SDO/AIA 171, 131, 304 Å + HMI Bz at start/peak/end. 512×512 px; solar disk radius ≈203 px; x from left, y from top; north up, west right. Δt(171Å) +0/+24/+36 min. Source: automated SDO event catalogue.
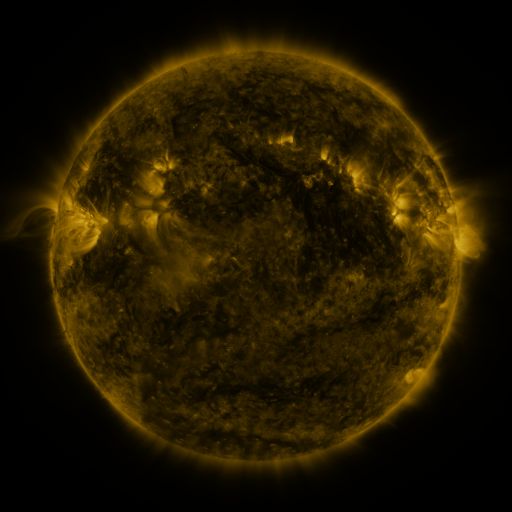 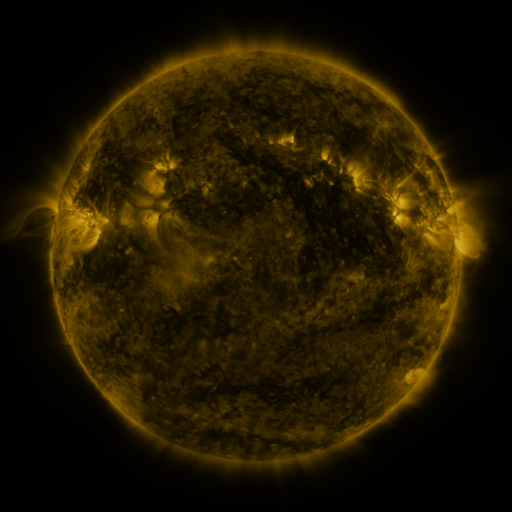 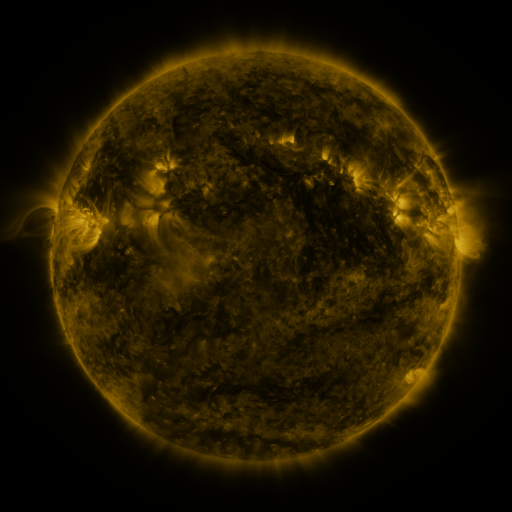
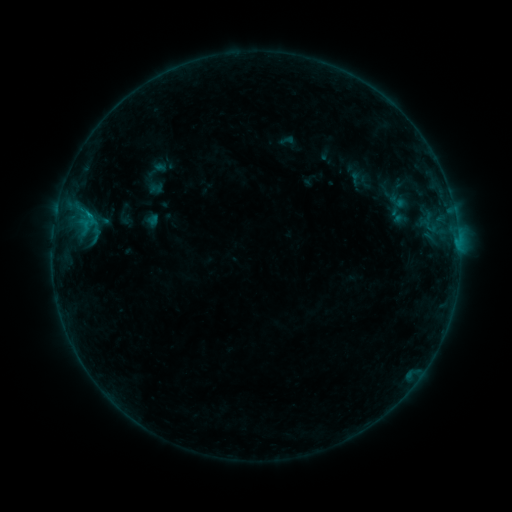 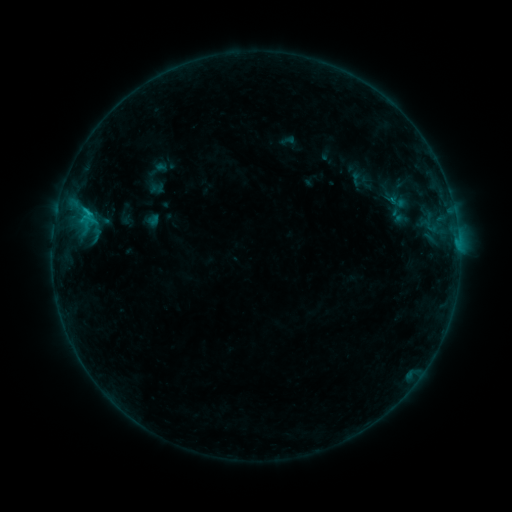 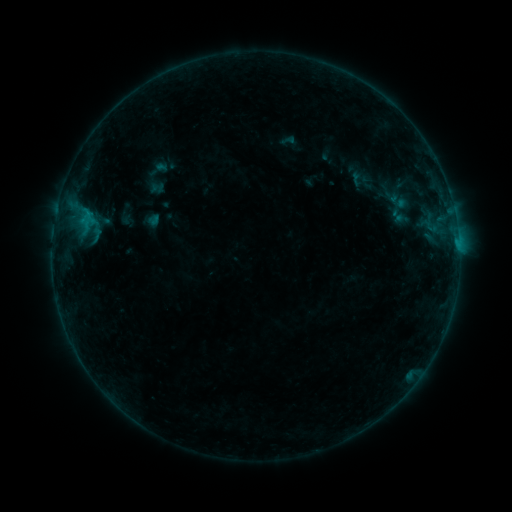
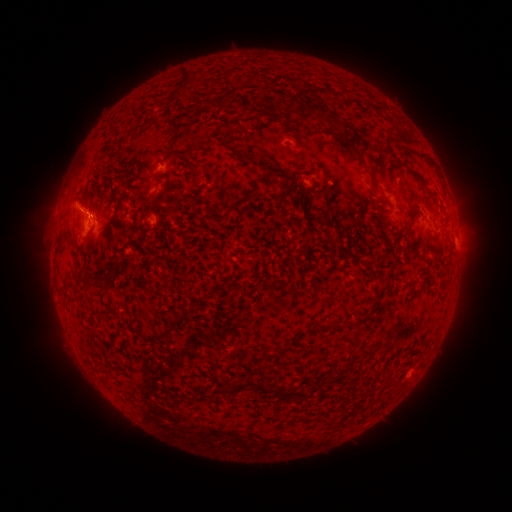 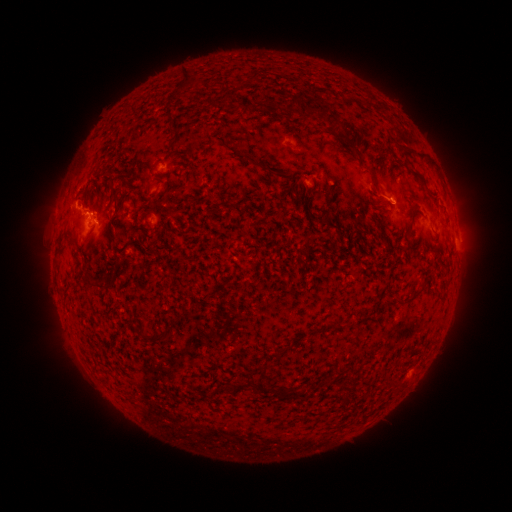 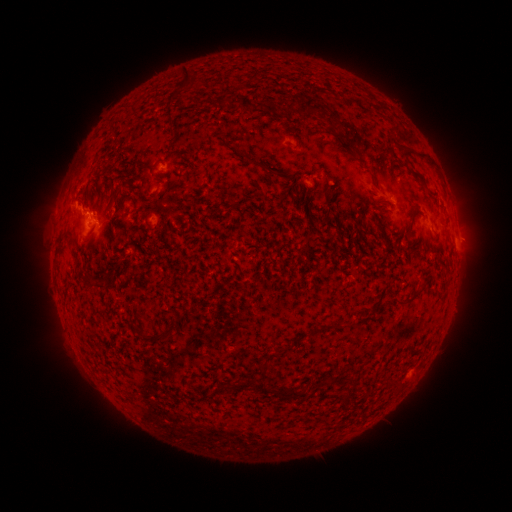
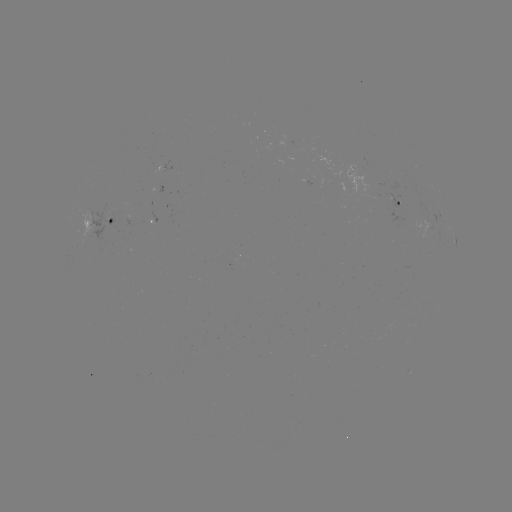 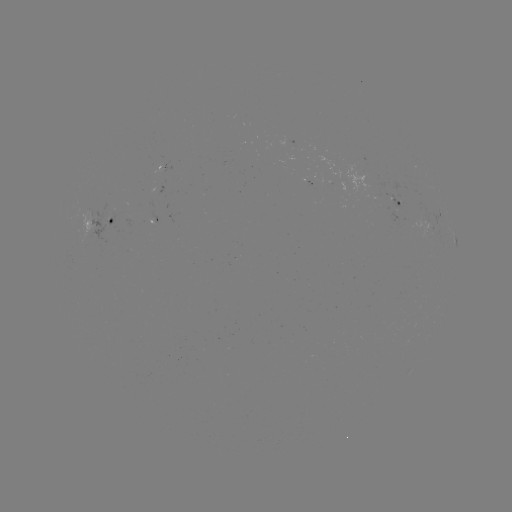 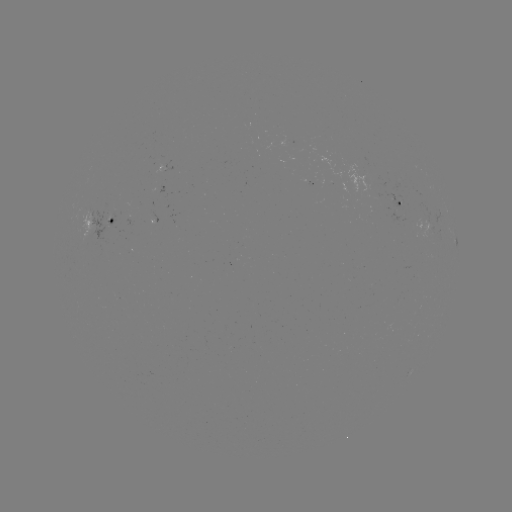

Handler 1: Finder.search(B8.8 flare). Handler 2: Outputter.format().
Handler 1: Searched B8.8 flare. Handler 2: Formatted (86, 214).